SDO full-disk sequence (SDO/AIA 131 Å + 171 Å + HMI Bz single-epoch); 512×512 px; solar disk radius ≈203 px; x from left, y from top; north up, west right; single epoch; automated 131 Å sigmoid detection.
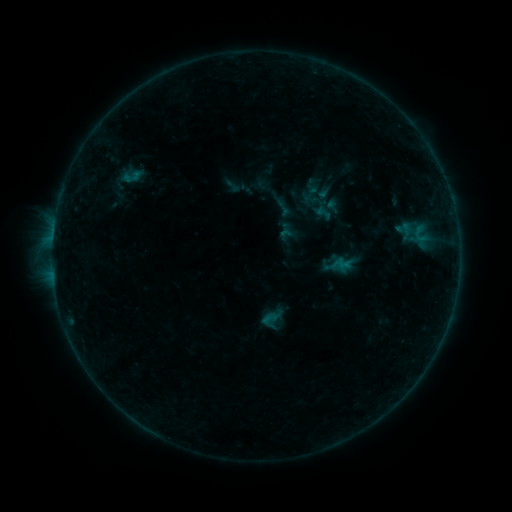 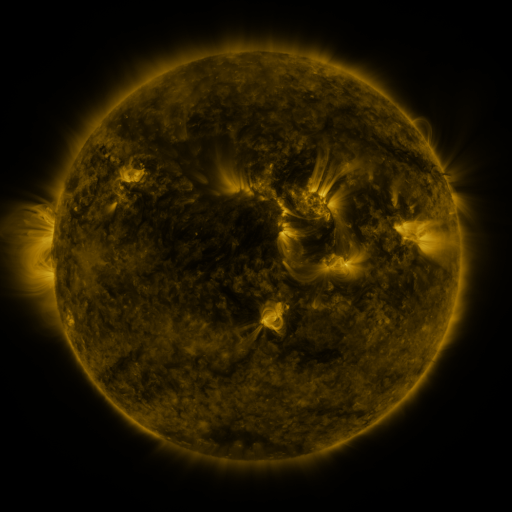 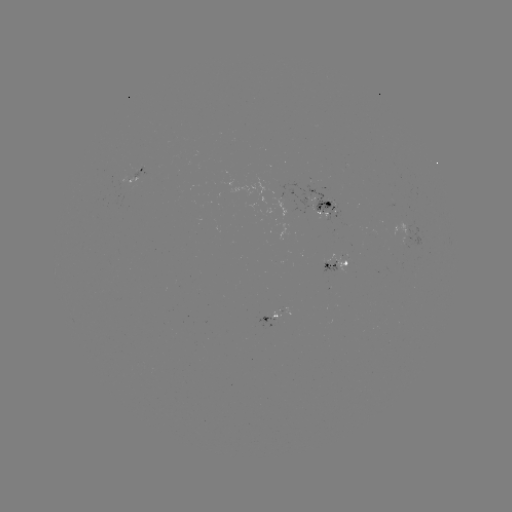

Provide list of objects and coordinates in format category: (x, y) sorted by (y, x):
sigmoid: (282, 207)
sigmoid: (269, 319)
